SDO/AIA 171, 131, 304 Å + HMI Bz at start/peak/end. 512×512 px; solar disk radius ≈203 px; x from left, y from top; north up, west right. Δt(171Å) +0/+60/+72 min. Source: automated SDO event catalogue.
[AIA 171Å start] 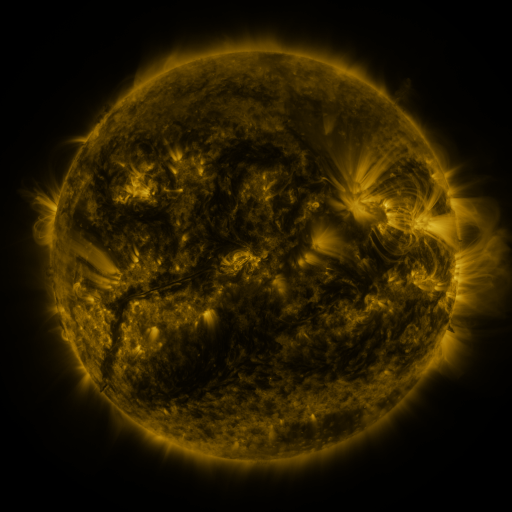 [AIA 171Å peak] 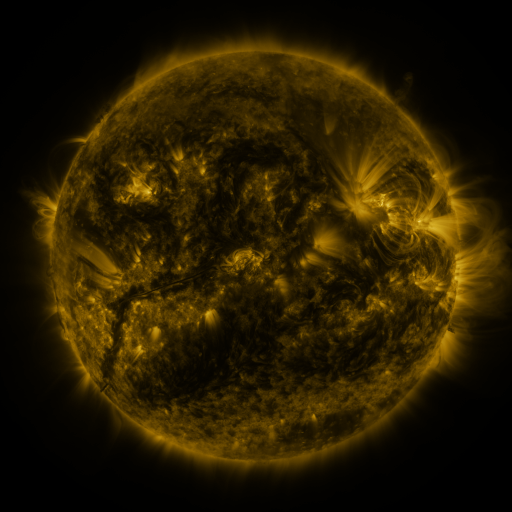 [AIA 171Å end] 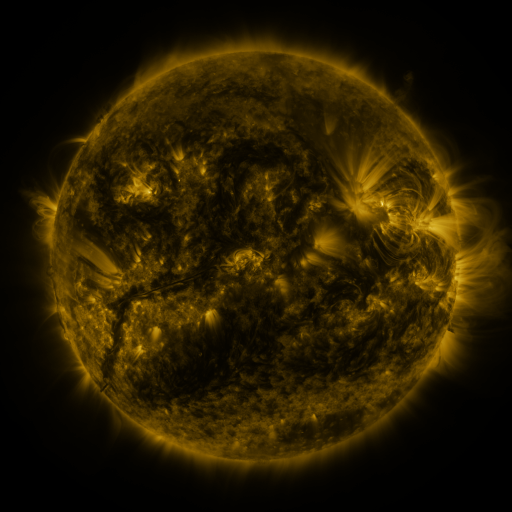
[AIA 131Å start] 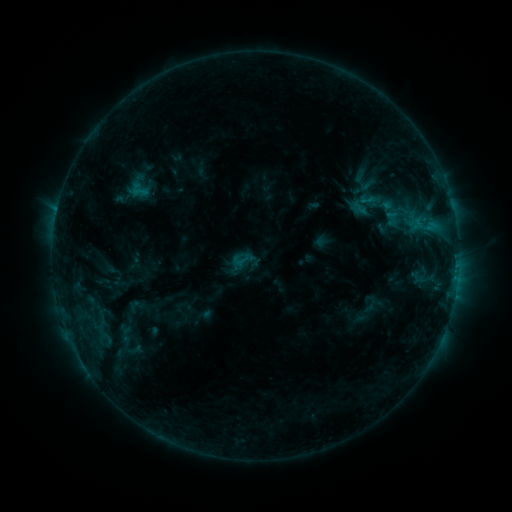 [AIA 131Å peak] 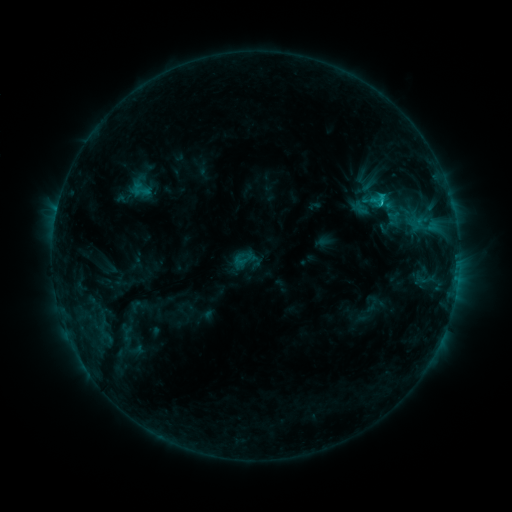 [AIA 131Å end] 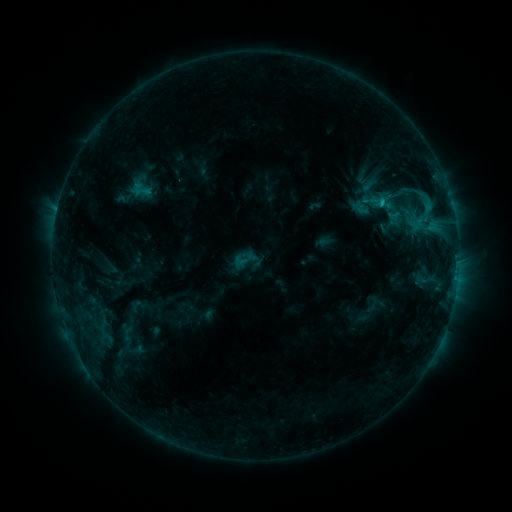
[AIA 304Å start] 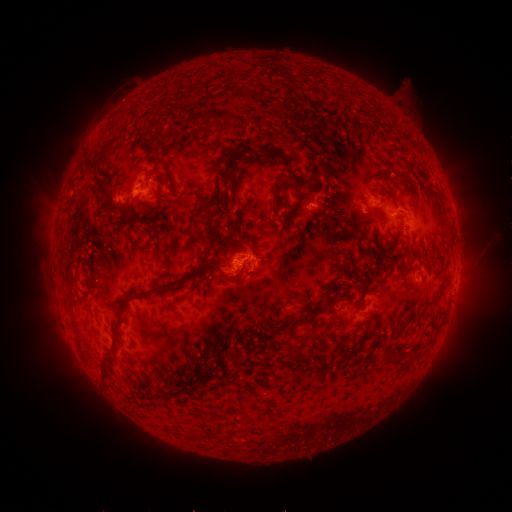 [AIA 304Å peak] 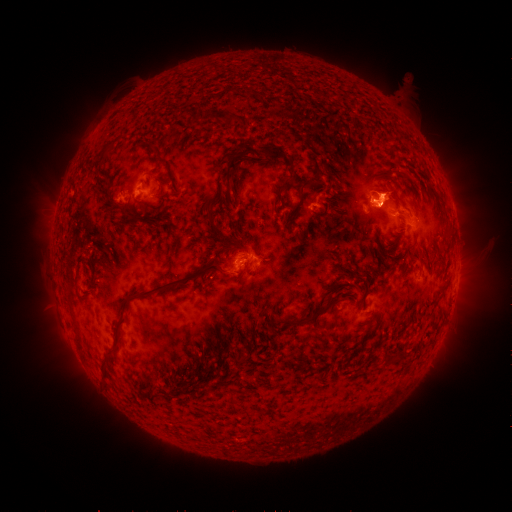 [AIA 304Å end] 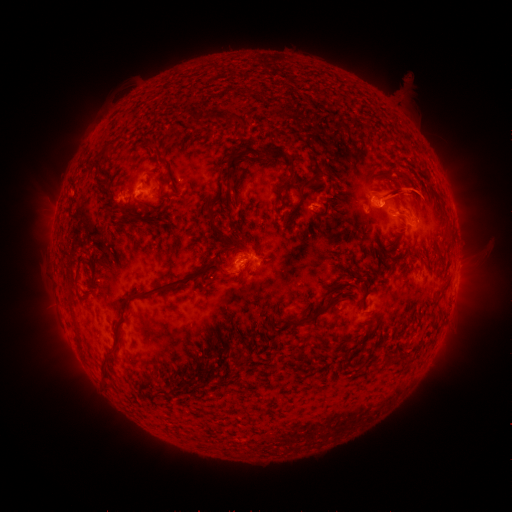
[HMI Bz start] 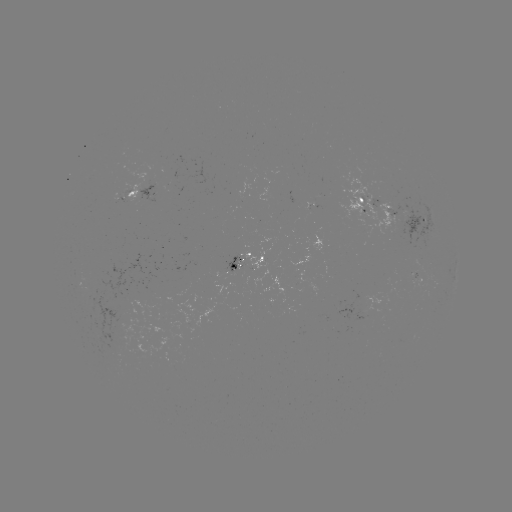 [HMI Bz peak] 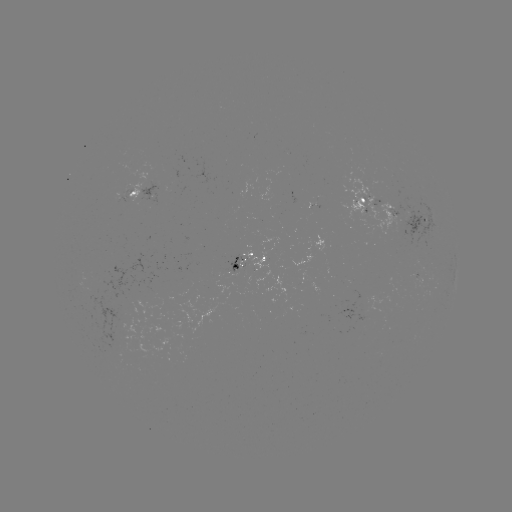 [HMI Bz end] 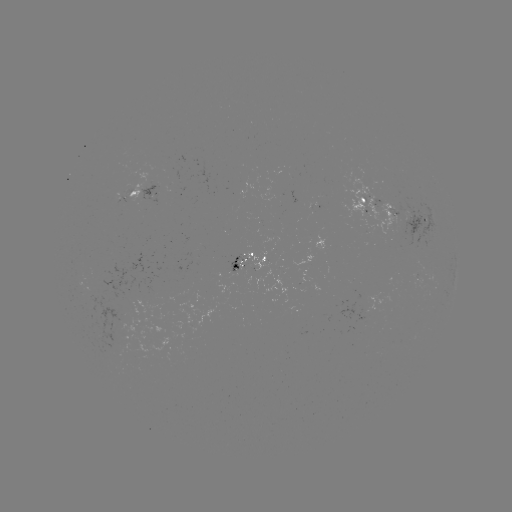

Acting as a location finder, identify emerging-flux region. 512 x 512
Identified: [230, 272].